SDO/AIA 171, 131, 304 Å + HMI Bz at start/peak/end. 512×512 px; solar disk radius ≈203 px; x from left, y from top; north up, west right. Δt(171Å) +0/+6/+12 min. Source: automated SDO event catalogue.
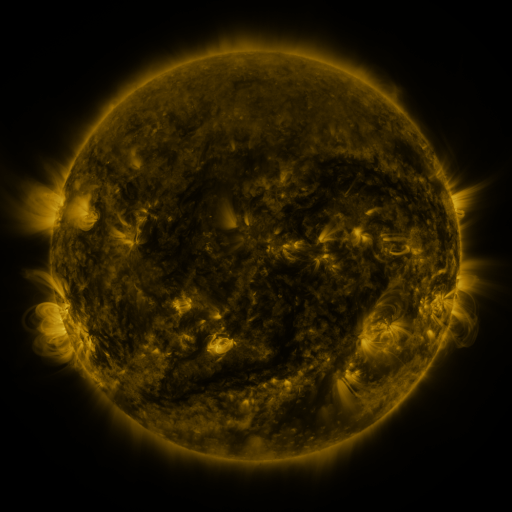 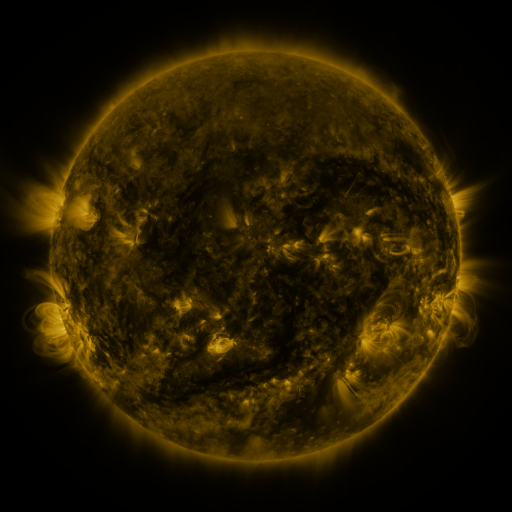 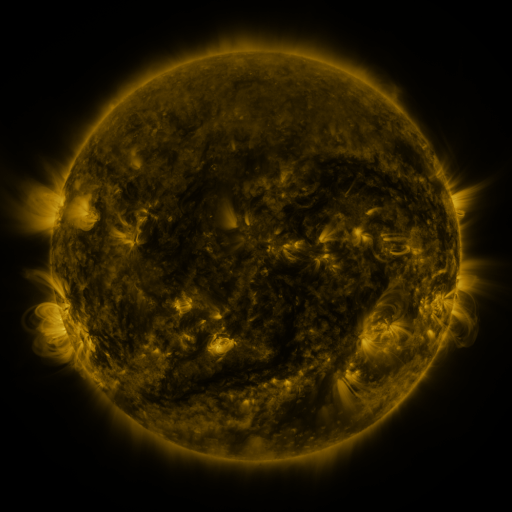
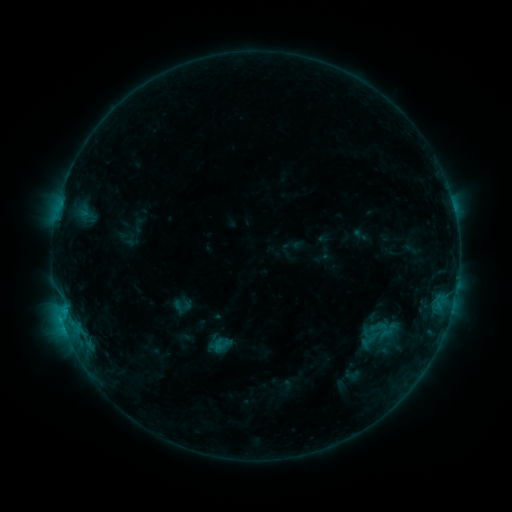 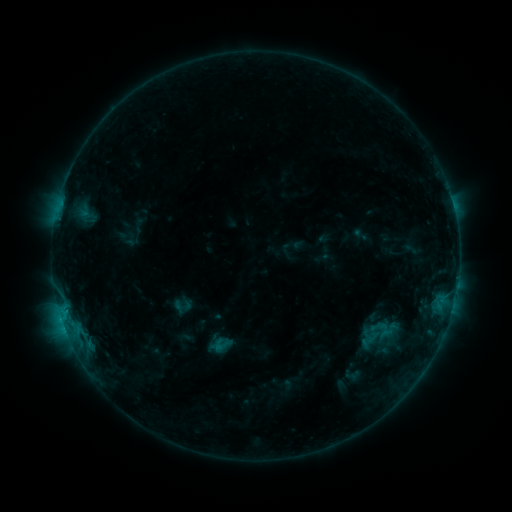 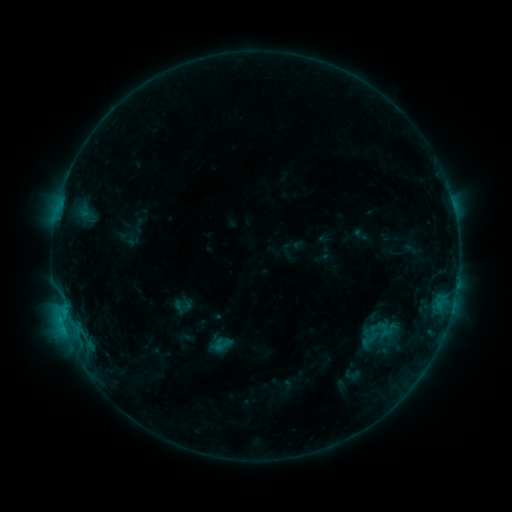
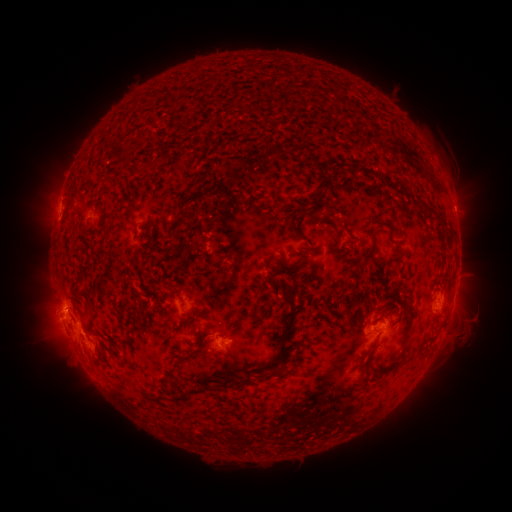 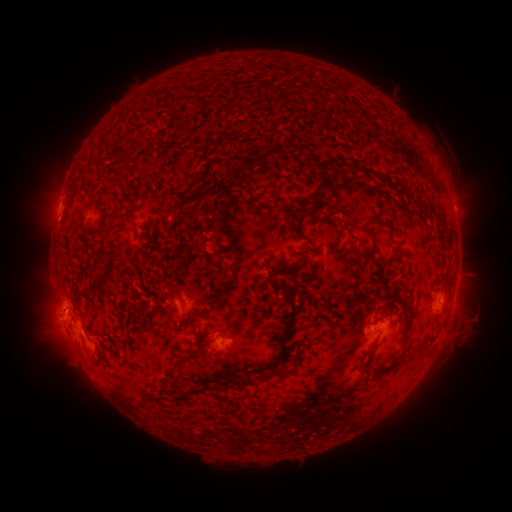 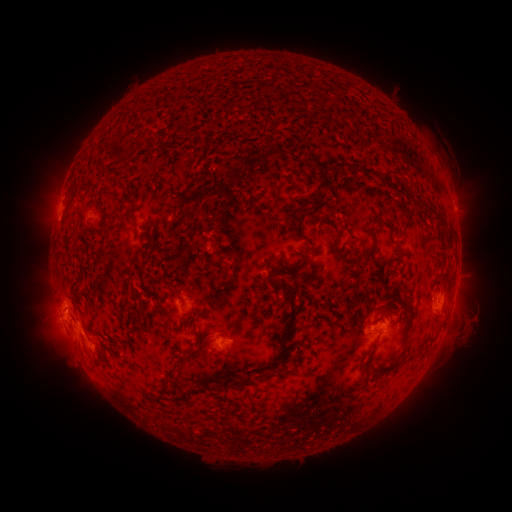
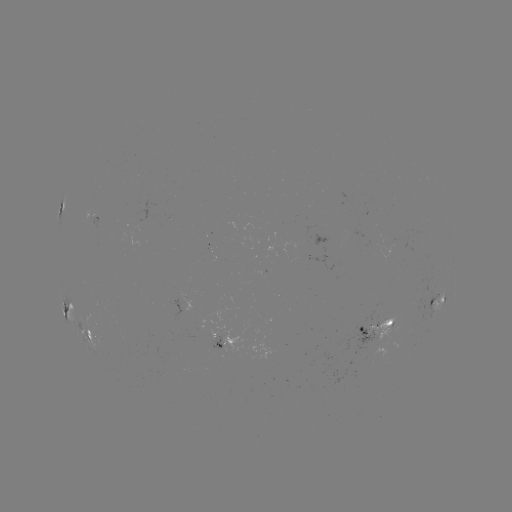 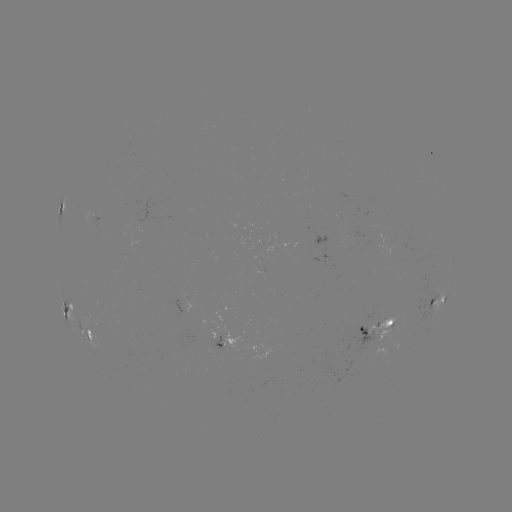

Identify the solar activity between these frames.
no flare in any classed list; no EUV-trigger detection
